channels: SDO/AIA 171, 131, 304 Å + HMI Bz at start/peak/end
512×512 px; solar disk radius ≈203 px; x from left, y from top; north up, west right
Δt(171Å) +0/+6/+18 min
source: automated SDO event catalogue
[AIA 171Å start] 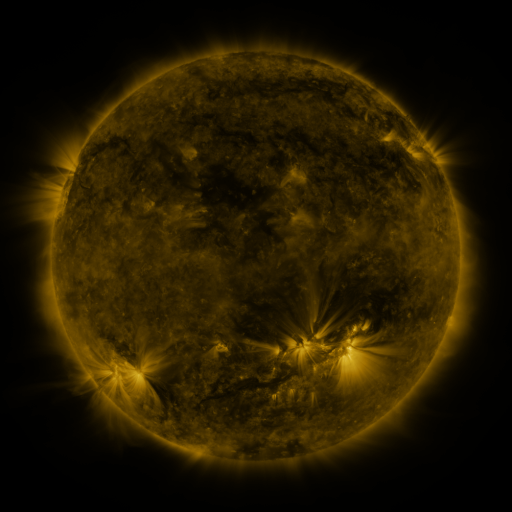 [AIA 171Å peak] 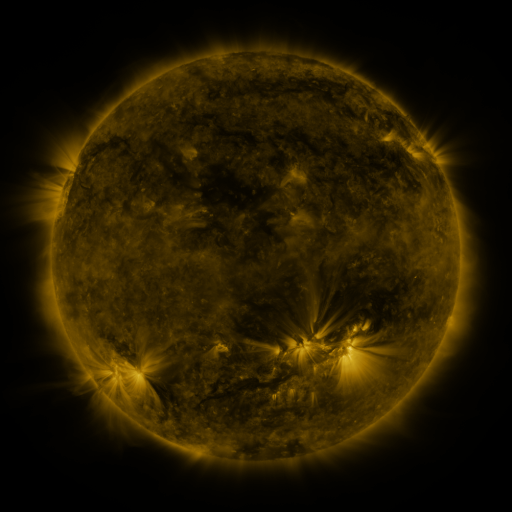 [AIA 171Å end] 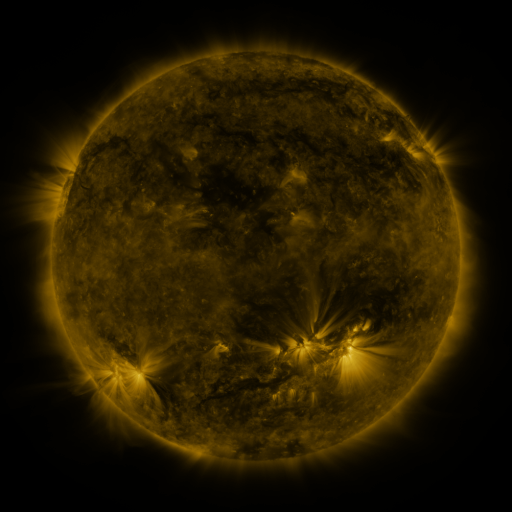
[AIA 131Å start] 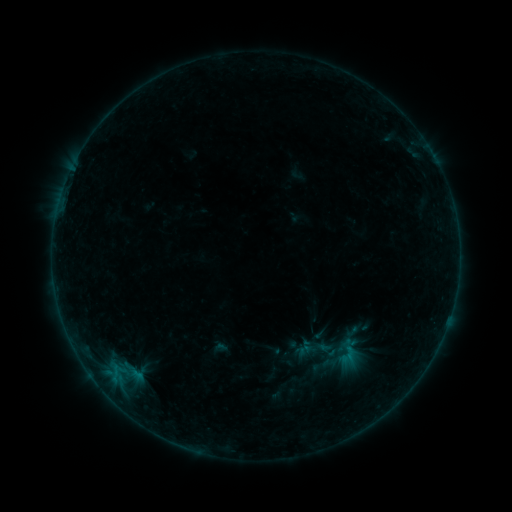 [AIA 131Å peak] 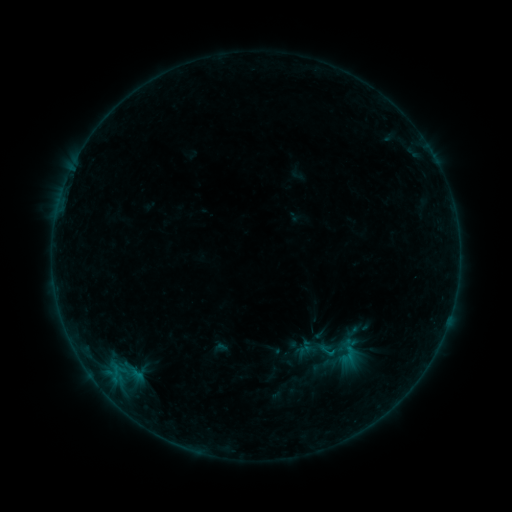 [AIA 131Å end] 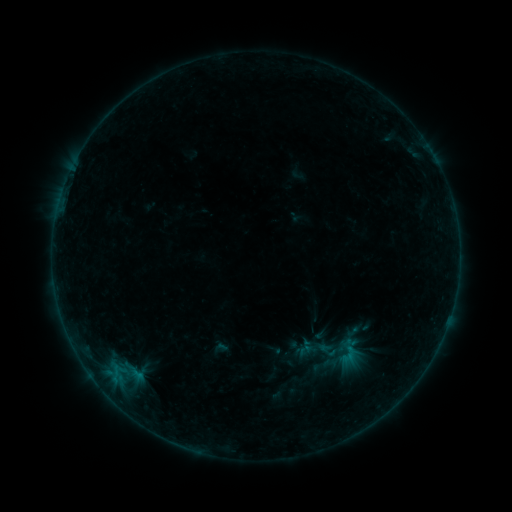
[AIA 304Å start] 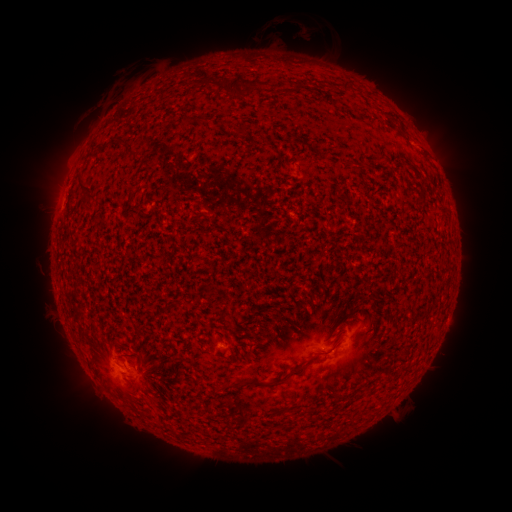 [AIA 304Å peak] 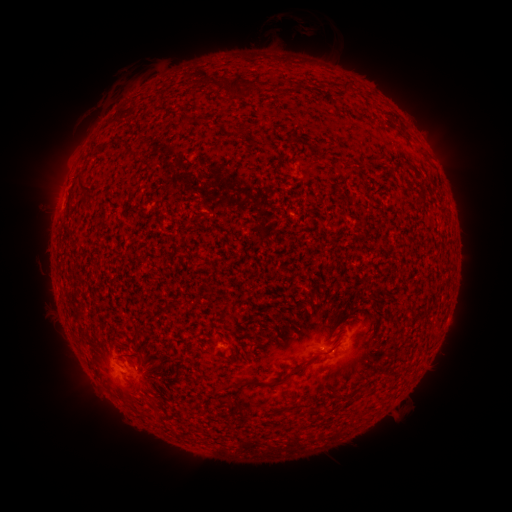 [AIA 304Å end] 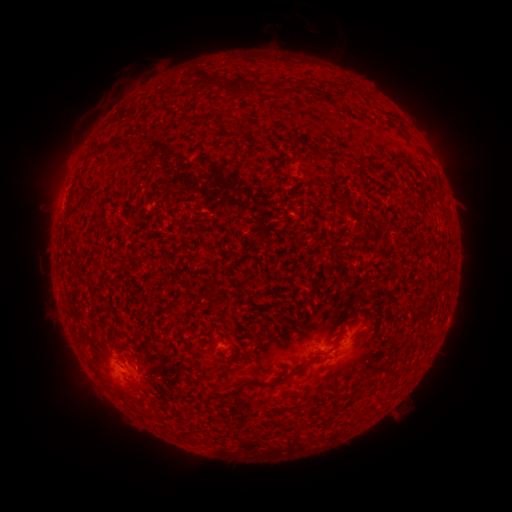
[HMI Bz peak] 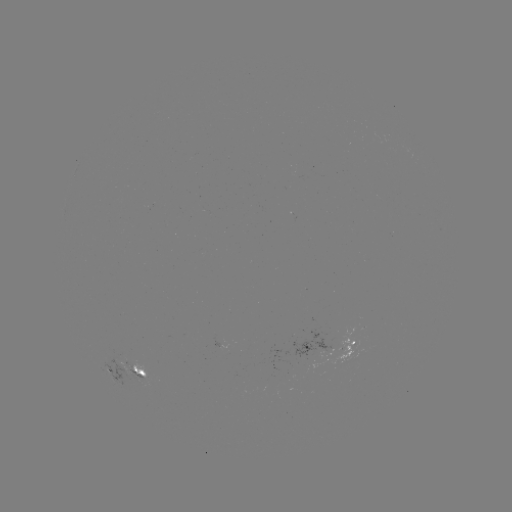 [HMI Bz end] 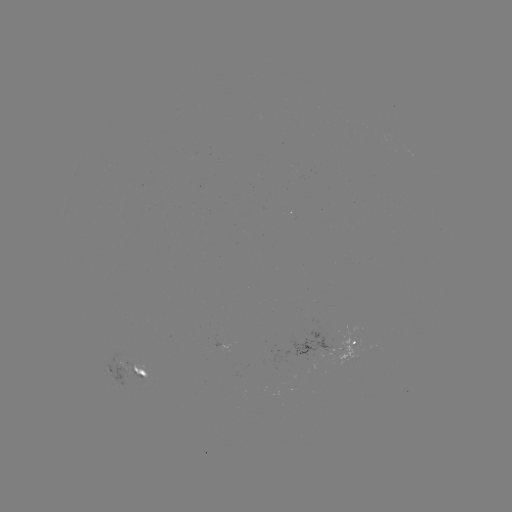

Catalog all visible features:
B2.4 flare: (289, 217)
